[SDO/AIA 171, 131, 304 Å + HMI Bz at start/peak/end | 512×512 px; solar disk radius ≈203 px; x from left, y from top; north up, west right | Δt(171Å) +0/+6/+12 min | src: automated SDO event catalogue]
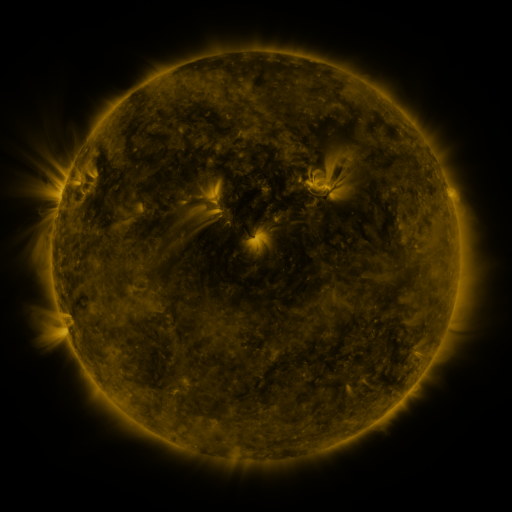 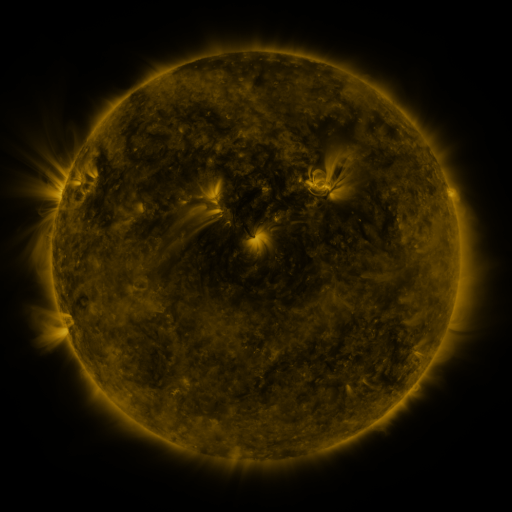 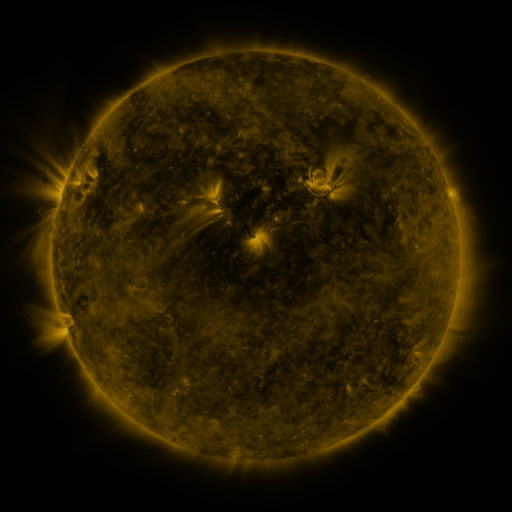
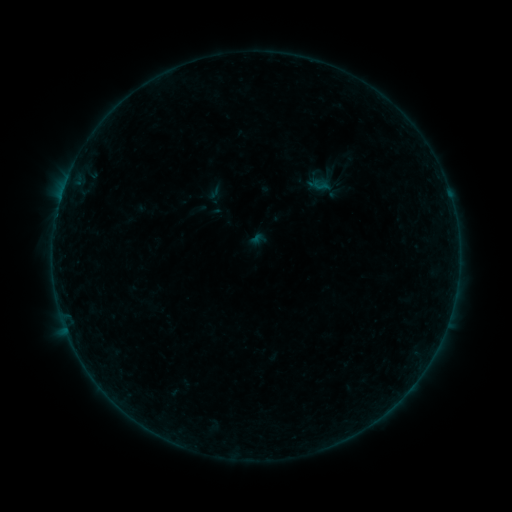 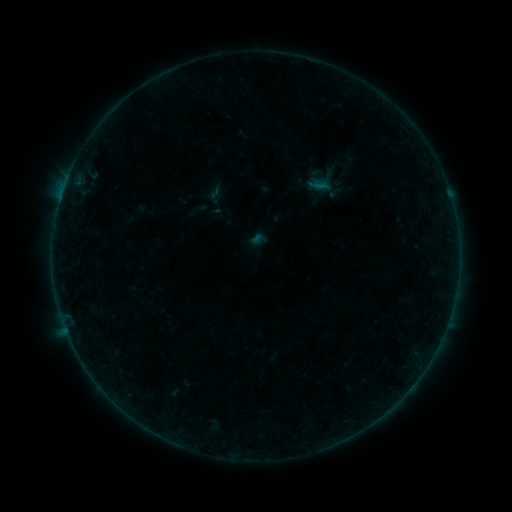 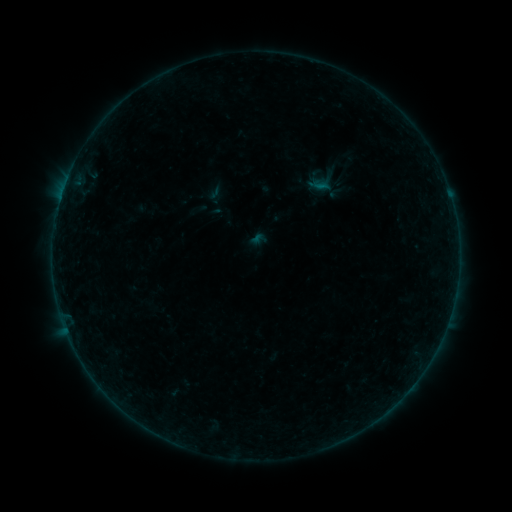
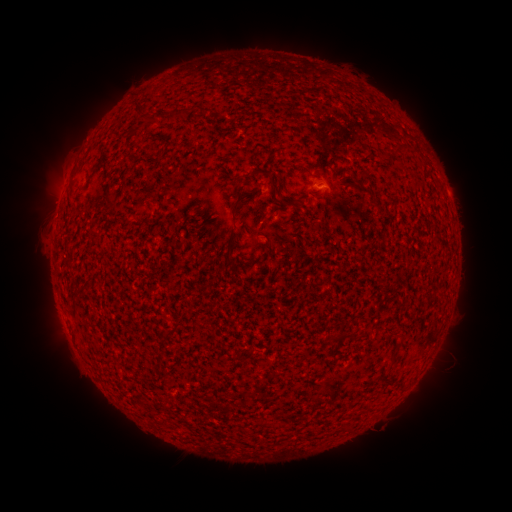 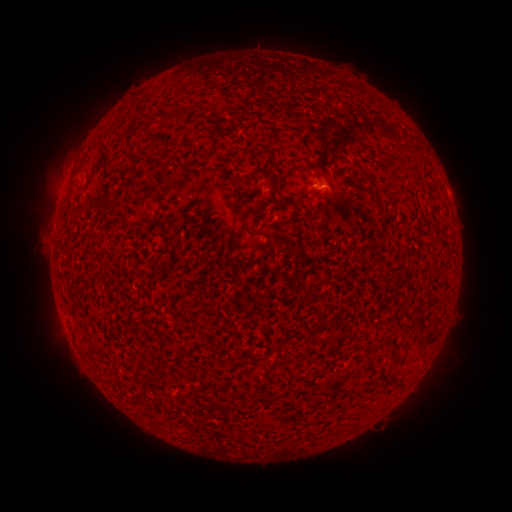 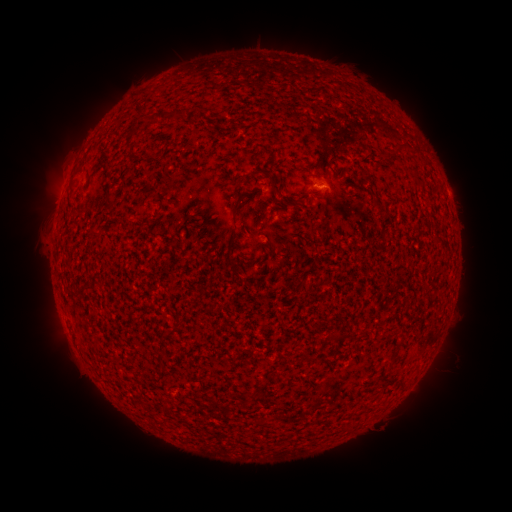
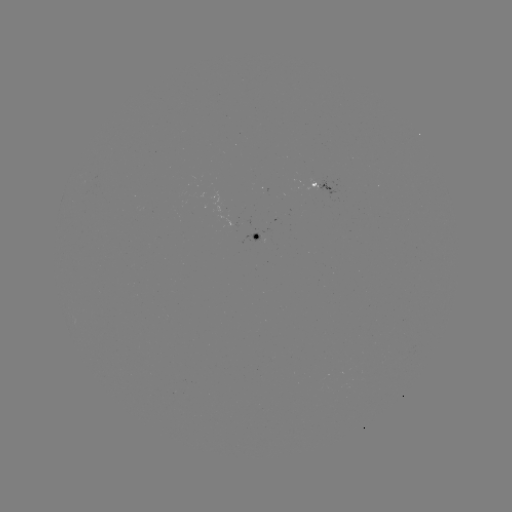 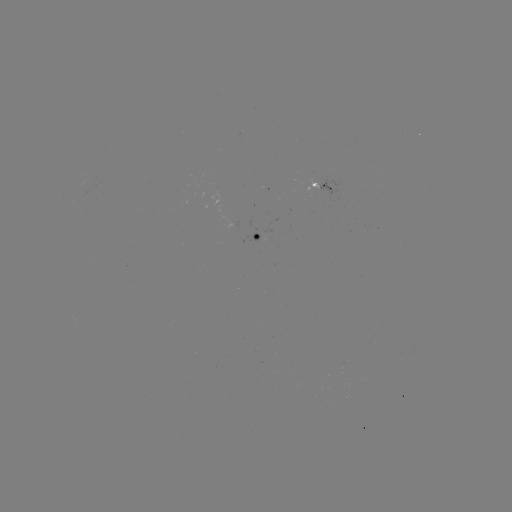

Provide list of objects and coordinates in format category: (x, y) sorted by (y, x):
B1.4 flare: (62, 194)
